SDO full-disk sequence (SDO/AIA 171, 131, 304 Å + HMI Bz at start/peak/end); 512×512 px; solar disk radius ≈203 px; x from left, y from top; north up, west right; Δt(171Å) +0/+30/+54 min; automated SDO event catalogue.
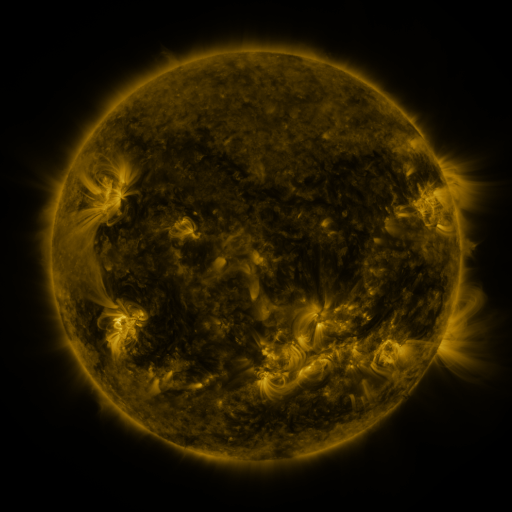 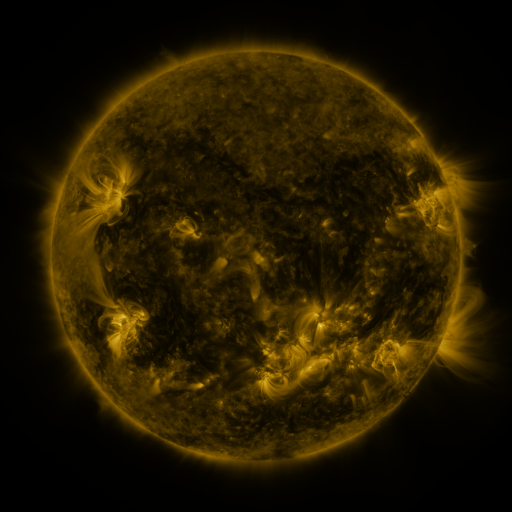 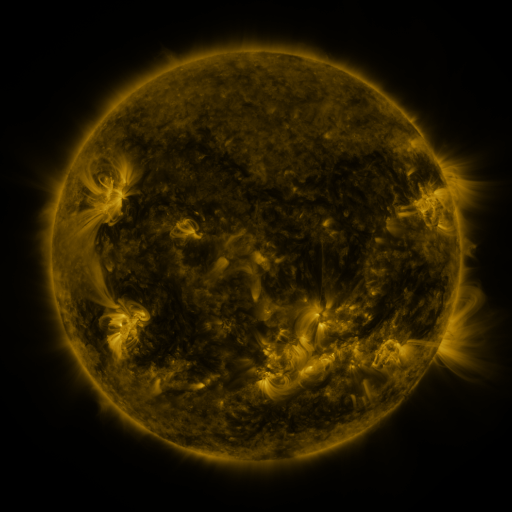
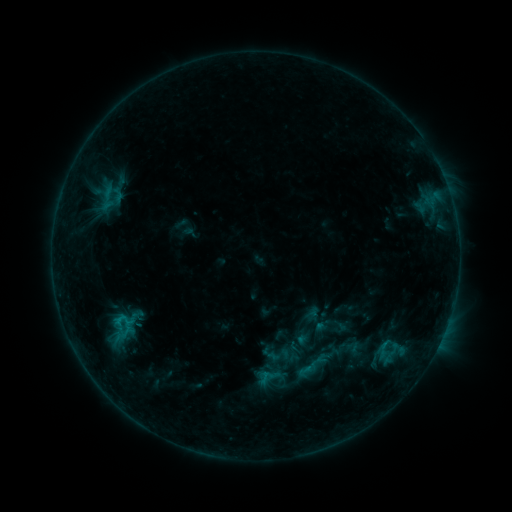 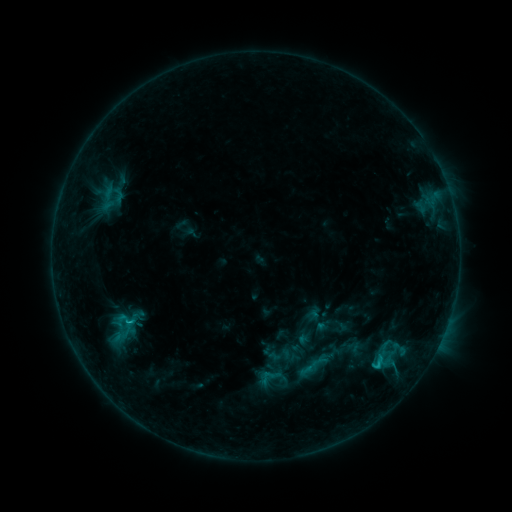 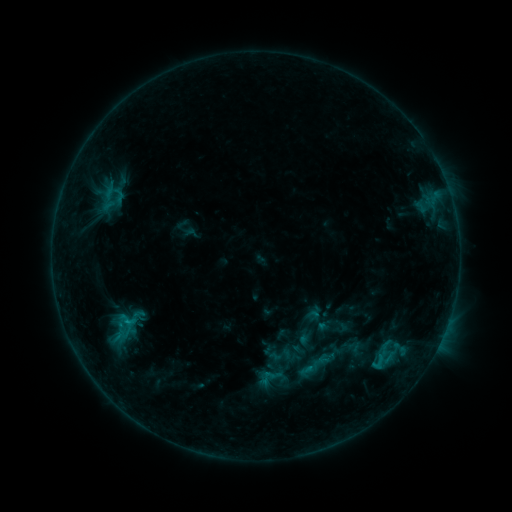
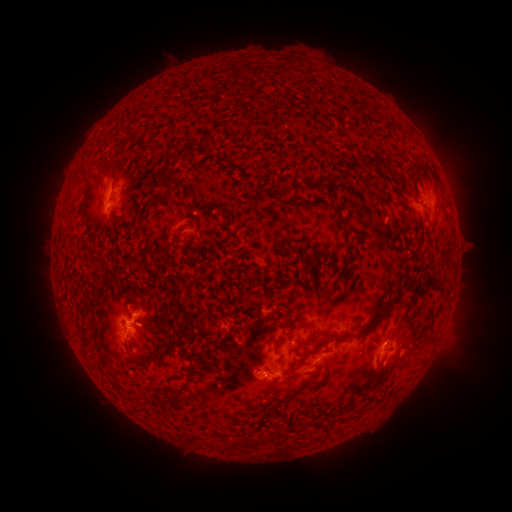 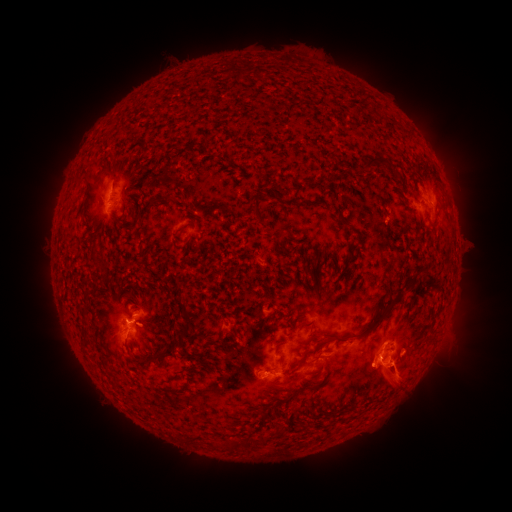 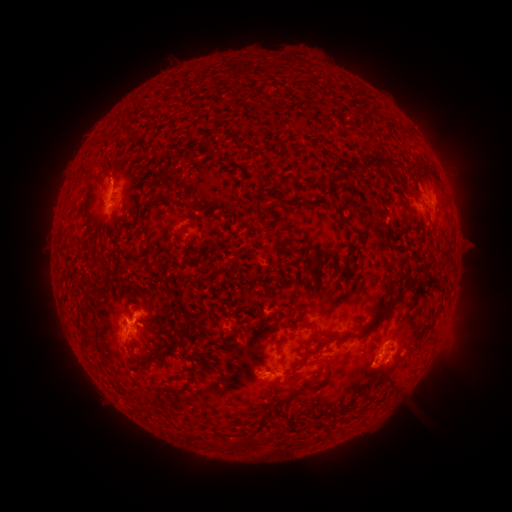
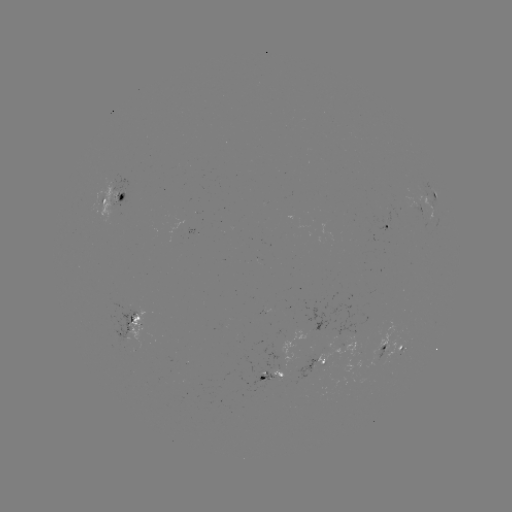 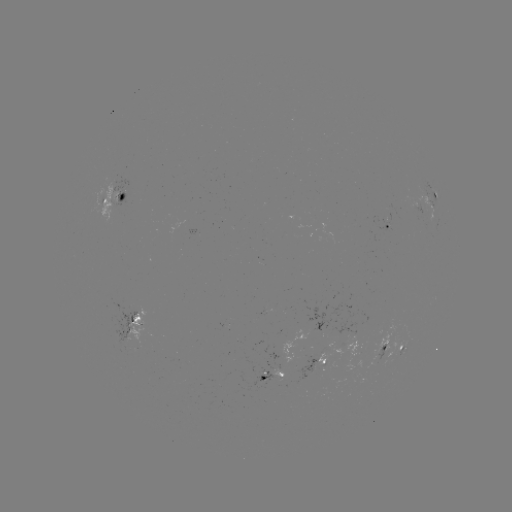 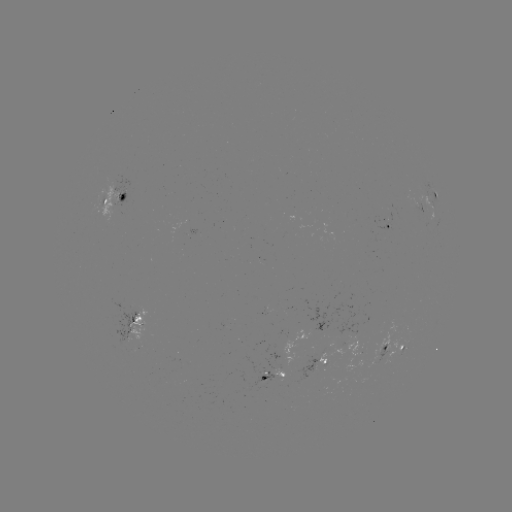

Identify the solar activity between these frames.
C1.1 flare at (377, 362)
